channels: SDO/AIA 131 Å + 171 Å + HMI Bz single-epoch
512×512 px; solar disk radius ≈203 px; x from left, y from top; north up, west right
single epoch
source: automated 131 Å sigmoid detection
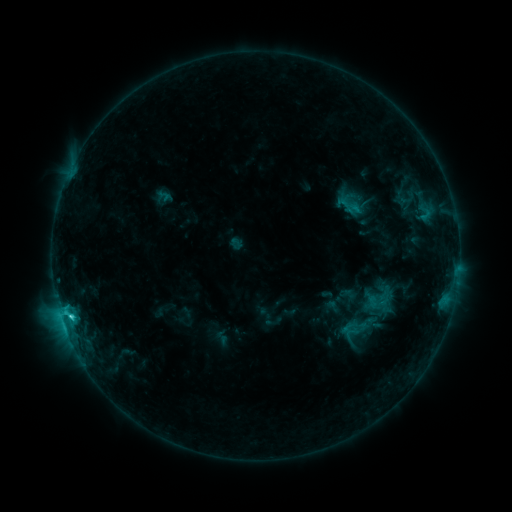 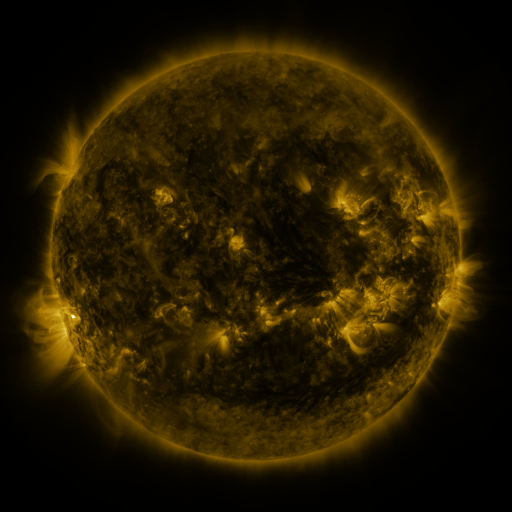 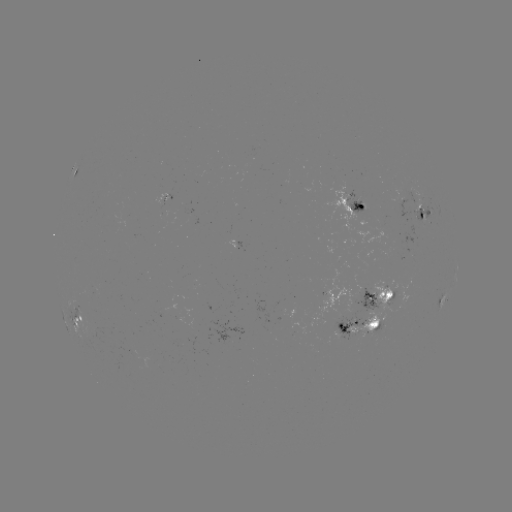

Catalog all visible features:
sigmoid: [333, 195, 358, 216]
sigmoid: [346, 308, 380, 343]
